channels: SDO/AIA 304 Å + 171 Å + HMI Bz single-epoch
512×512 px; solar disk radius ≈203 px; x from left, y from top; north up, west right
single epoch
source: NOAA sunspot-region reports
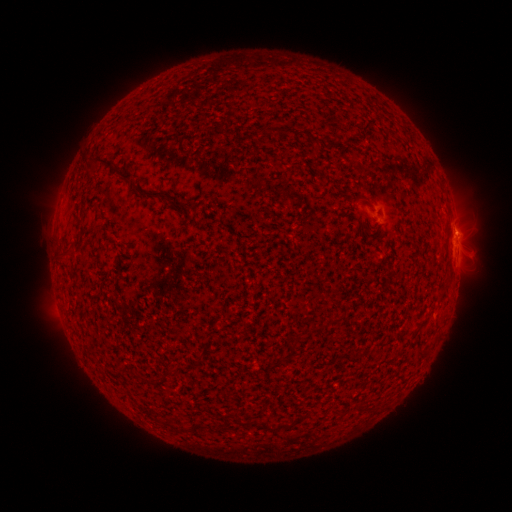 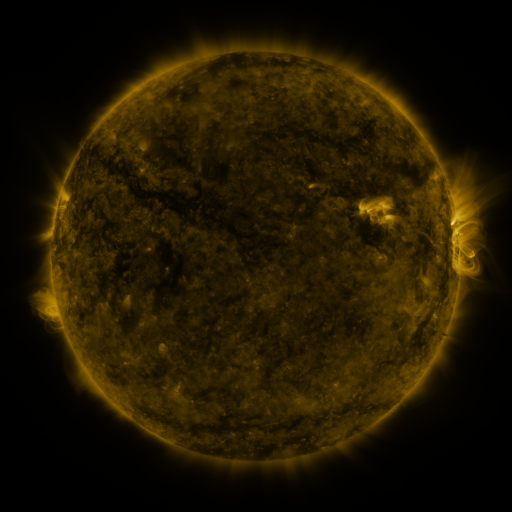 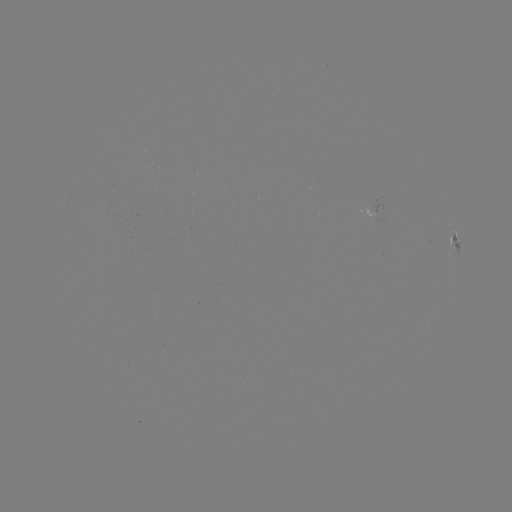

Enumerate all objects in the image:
spotted active region: (455, 241)
spotted active region: (458, 245)
